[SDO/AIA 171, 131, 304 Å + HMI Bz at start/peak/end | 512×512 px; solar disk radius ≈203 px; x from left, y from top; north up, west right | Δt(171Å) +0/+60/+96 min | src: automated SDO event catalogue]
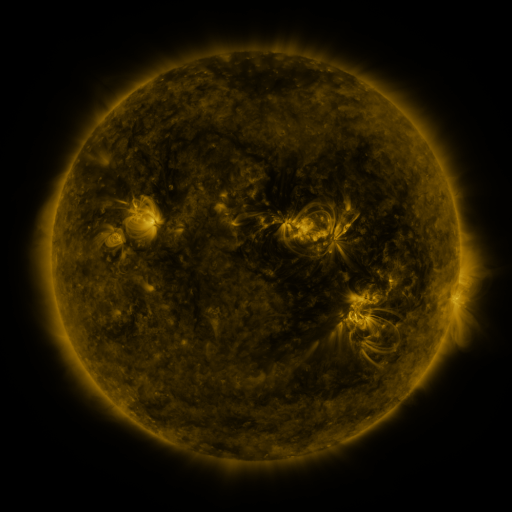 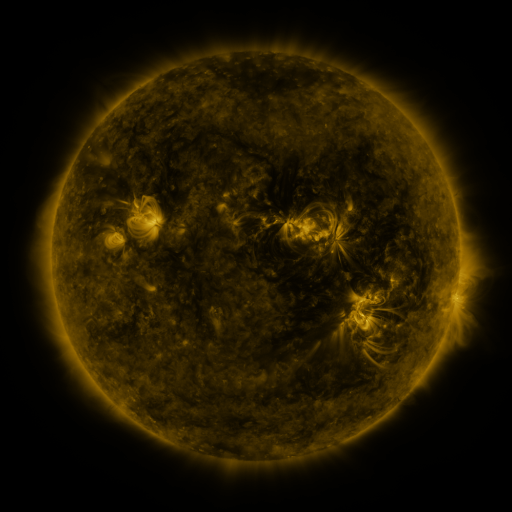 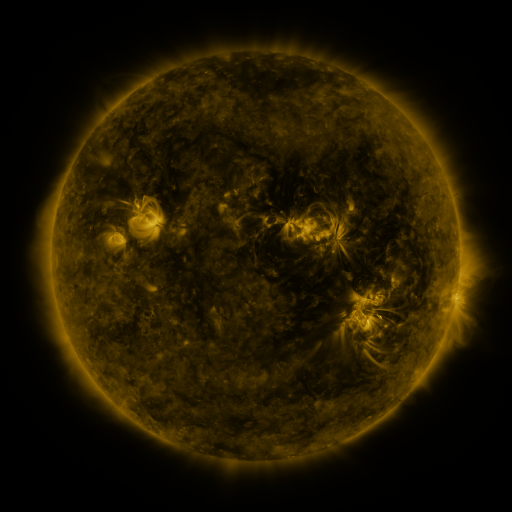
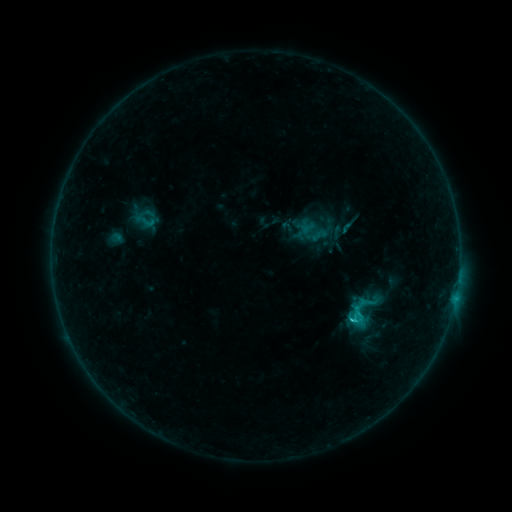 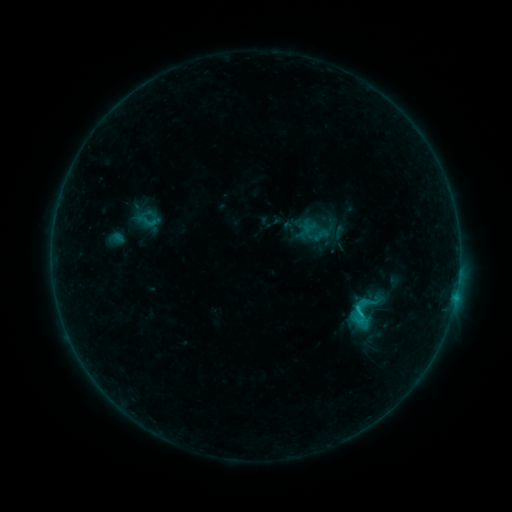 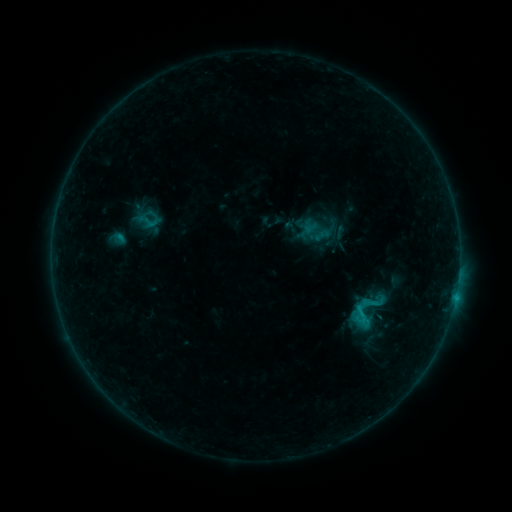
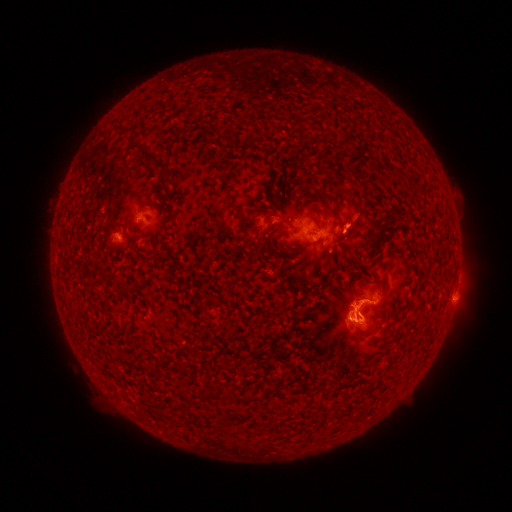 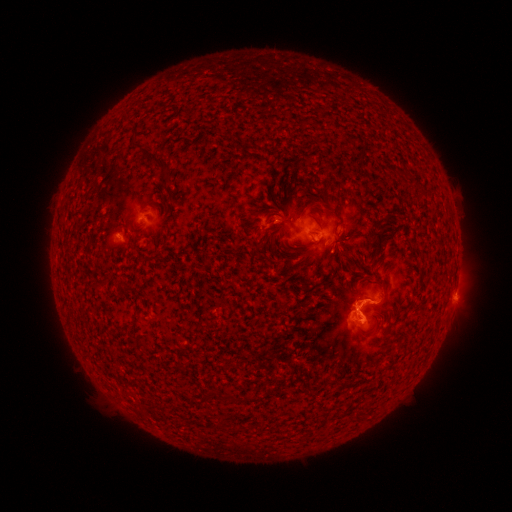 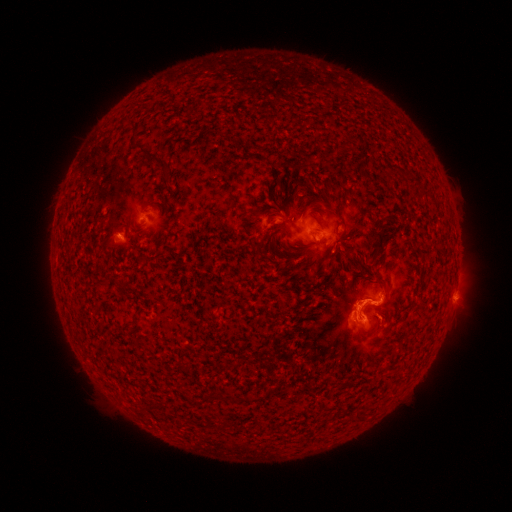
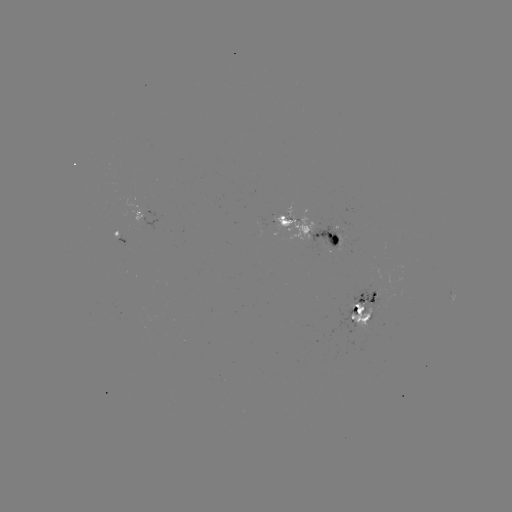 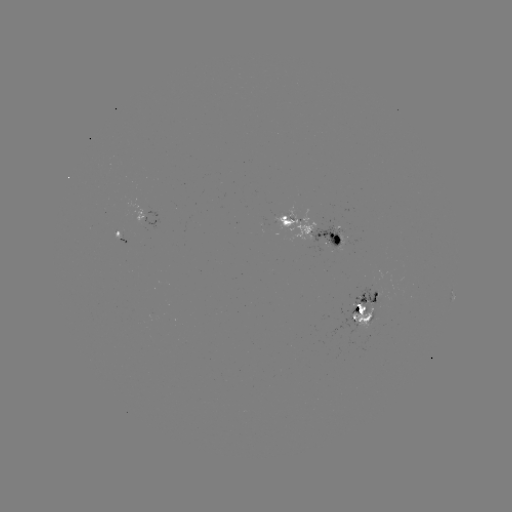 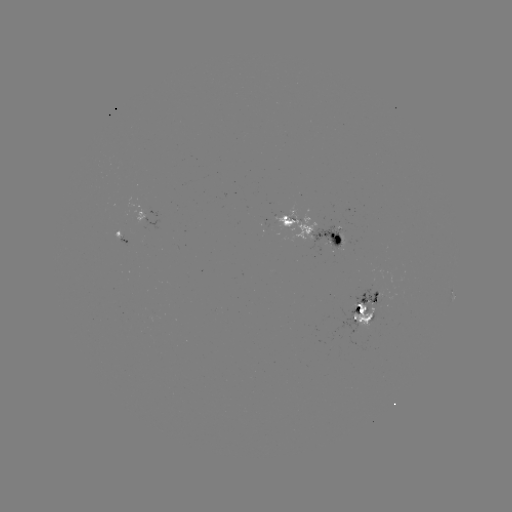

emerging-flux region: [348, 272, 381, 311]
